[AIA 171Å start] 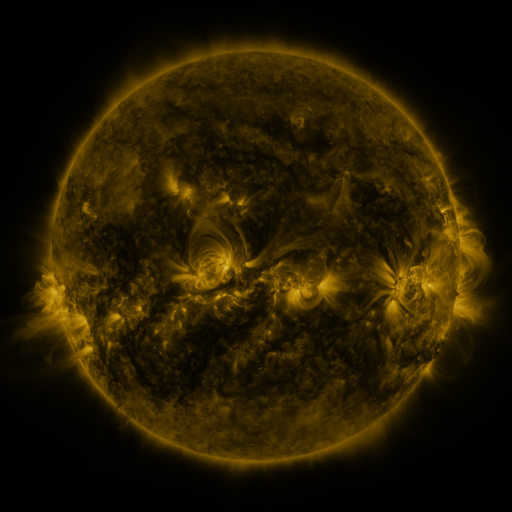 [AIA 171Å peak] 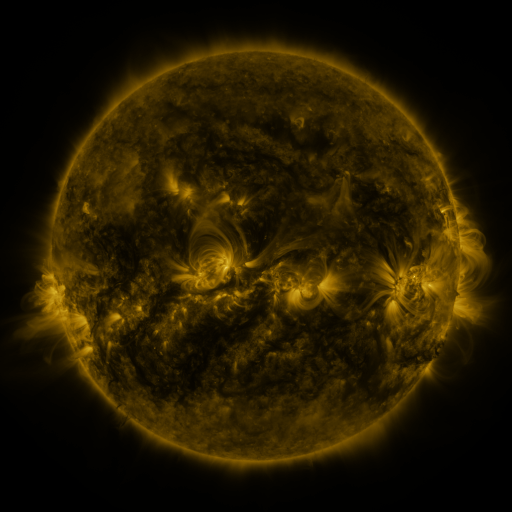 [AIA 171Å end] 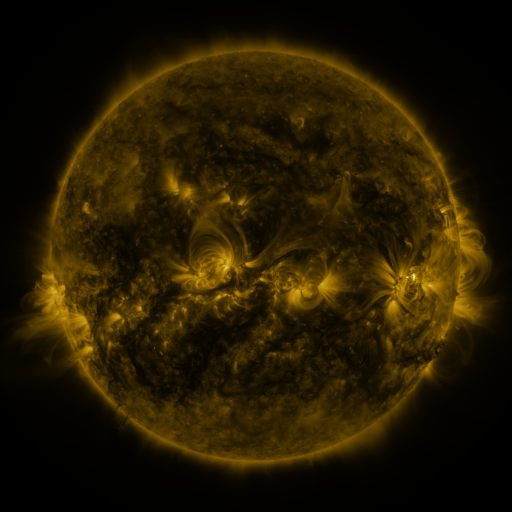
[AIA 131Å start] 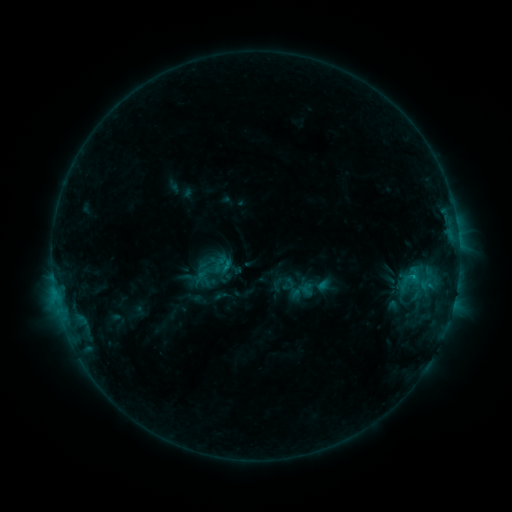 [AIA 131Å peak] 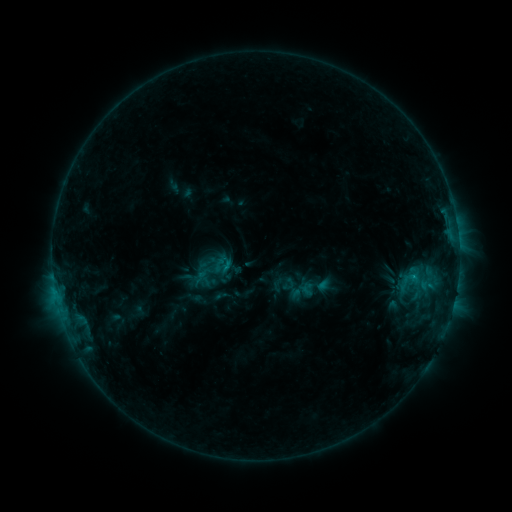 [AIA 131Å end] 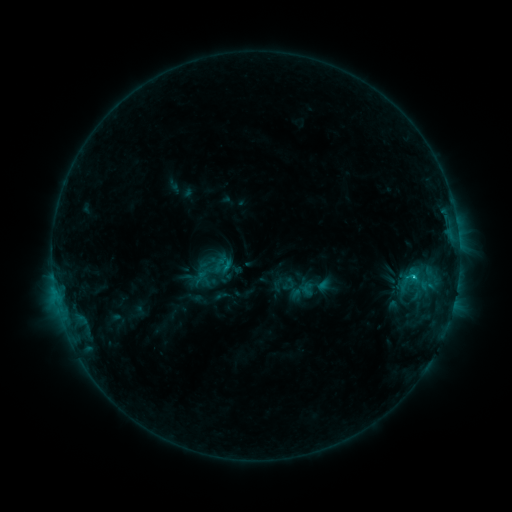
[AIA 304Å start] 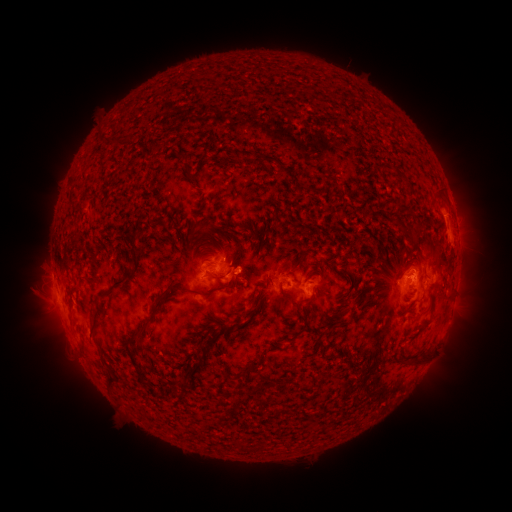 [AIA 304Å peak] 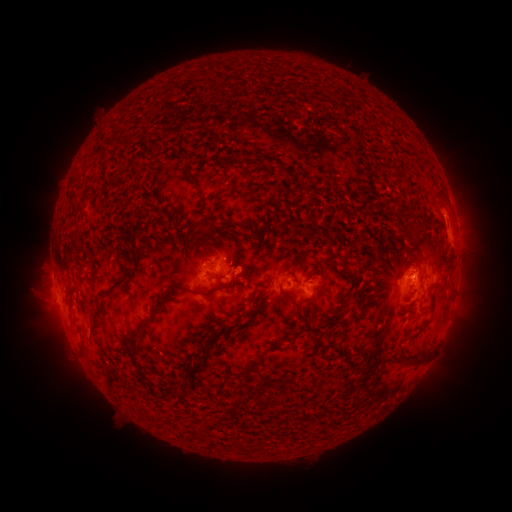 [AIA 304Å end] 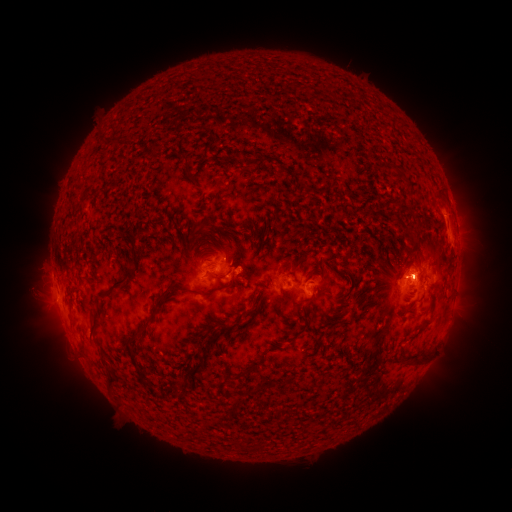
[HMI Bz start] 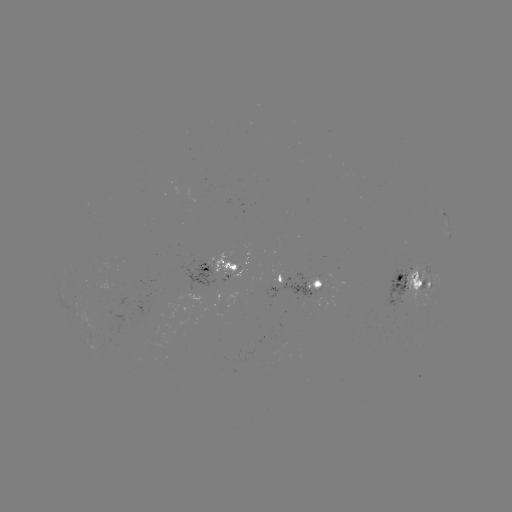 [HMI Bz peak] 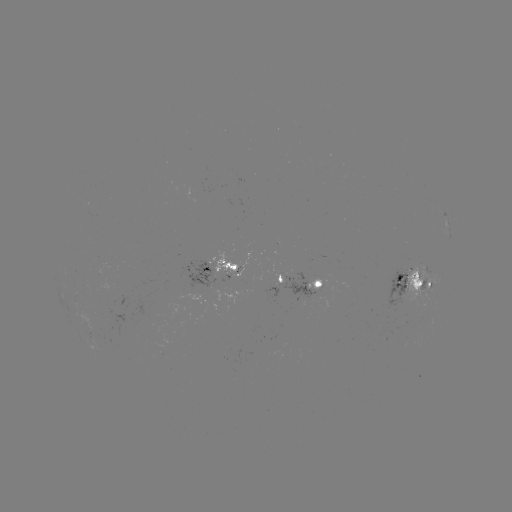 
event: flare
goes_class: C1.2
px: (414, 272)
